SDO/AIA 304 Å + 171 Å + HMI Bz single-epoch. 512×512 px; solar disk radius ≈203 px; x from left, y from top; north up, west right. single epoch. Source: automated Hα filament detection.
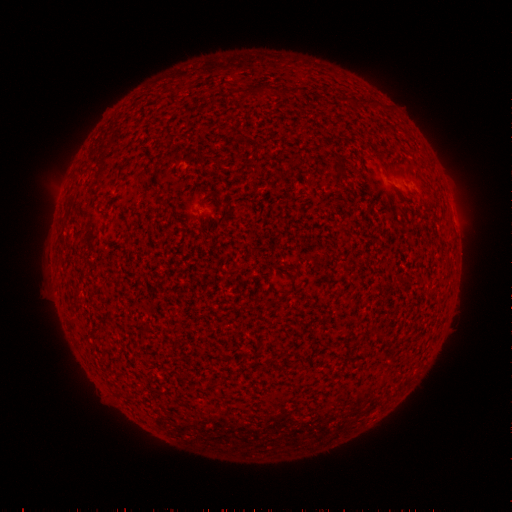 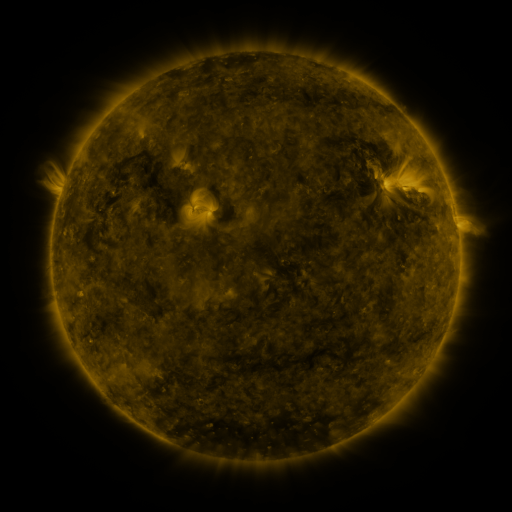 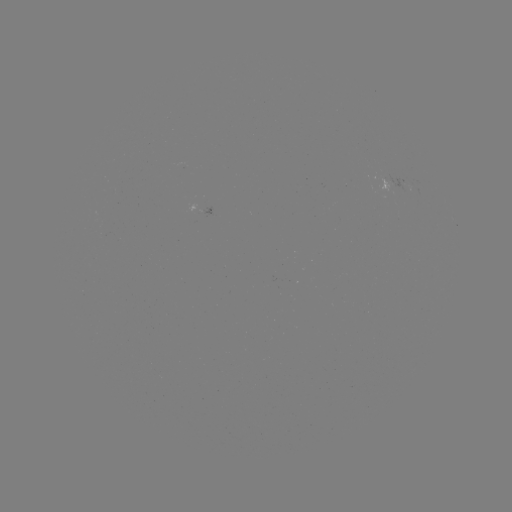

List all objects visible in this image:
filament: <bbox>252, 84, 269, 96</bbox>
filament: <bbox>279, 86, 291, 96</bbox>
filament: <bbox>352, 97, 361, 107</bbox>
filament: <bbox>340, 170, 349, 183</bbox>
filament: <bbox>281, 272, 300, 298</bbox>
